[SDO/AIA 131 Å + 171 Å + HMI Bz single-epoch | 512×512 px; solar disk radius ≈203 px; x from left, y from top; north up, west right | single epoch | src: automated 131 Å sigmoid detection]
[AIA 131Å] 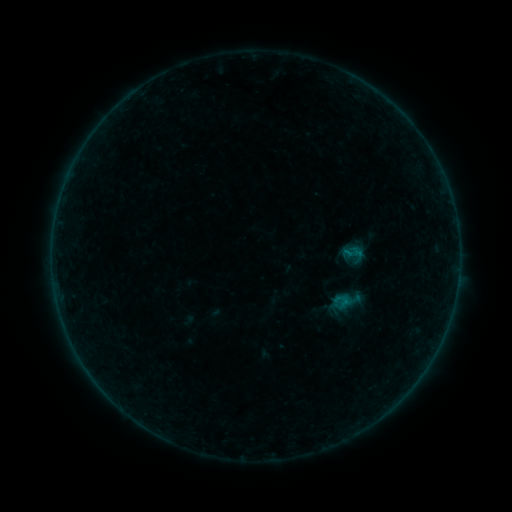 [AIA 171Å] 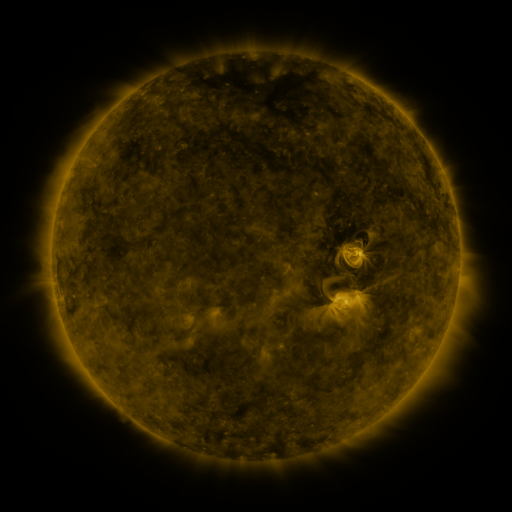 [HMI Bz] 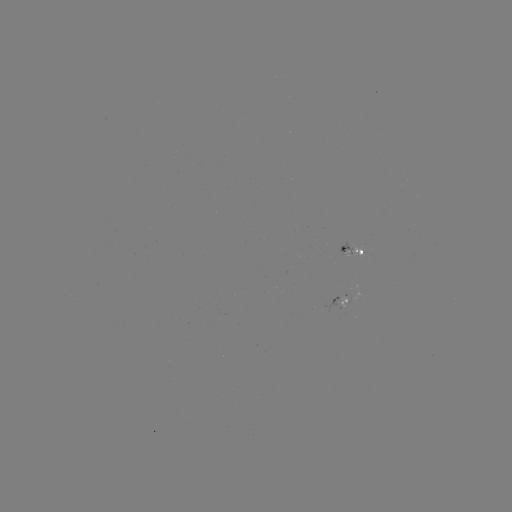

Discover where sigmoid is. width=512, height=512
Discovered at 354,253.